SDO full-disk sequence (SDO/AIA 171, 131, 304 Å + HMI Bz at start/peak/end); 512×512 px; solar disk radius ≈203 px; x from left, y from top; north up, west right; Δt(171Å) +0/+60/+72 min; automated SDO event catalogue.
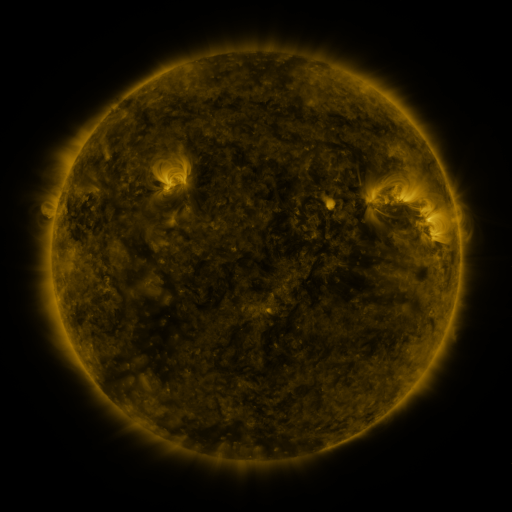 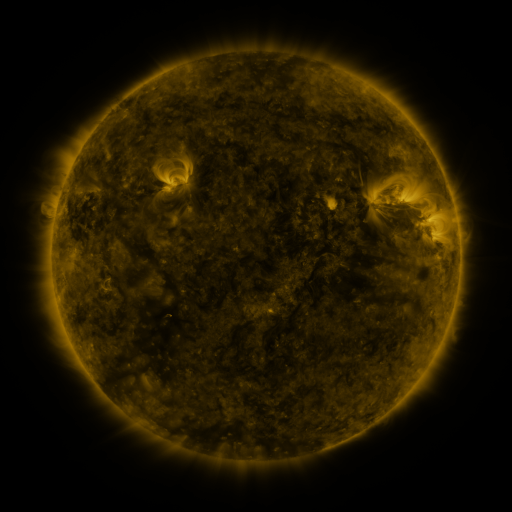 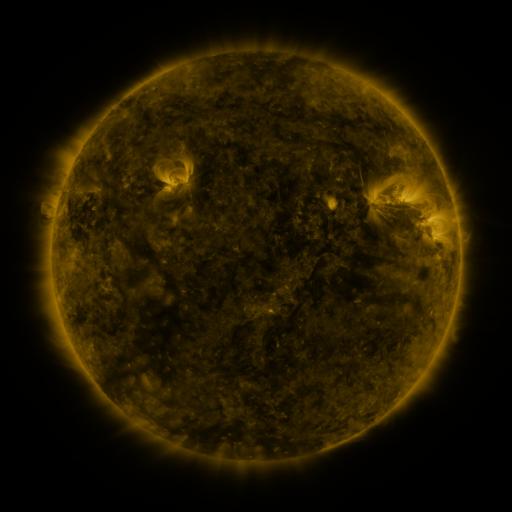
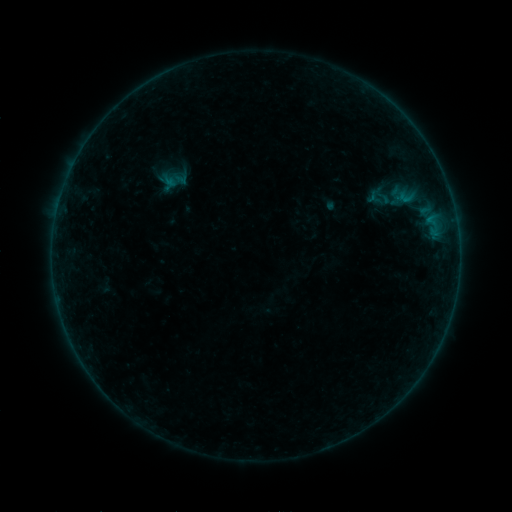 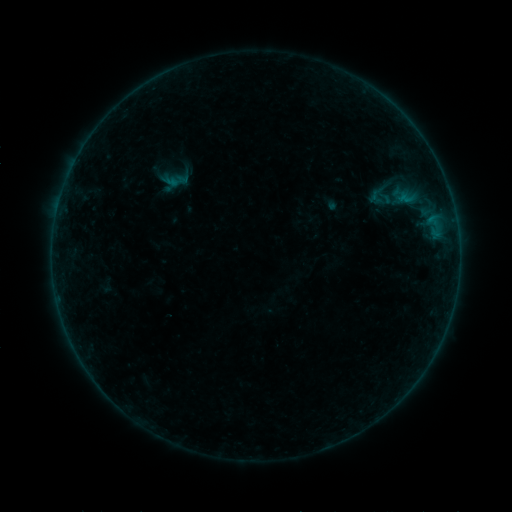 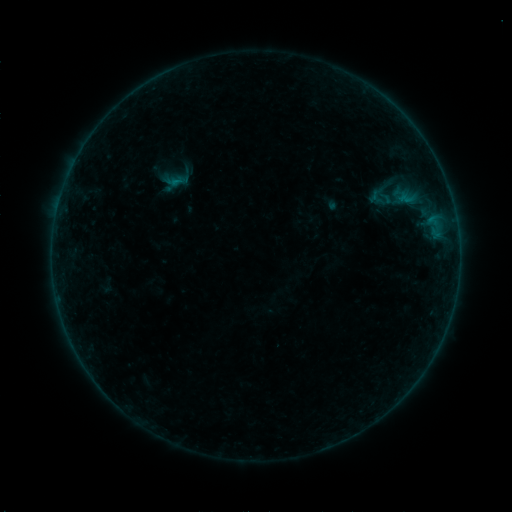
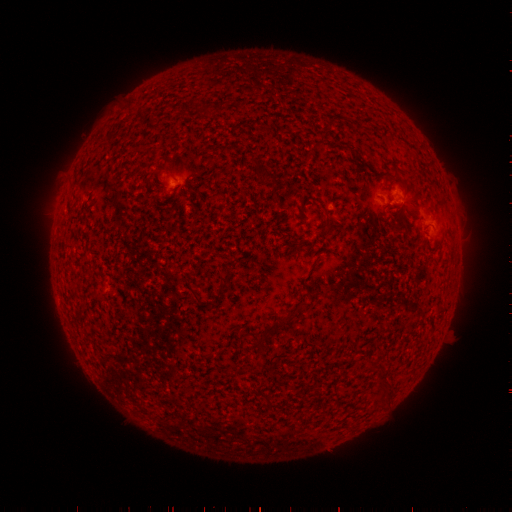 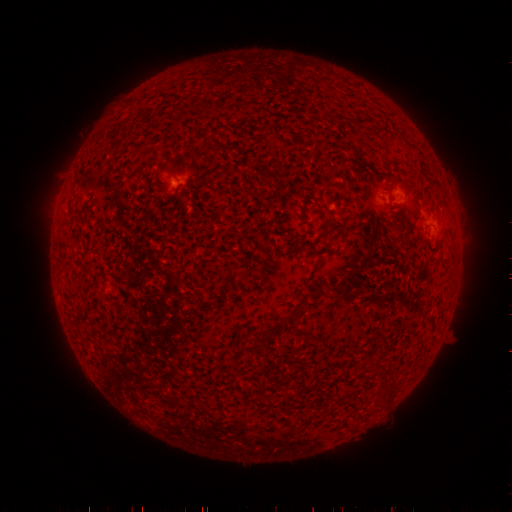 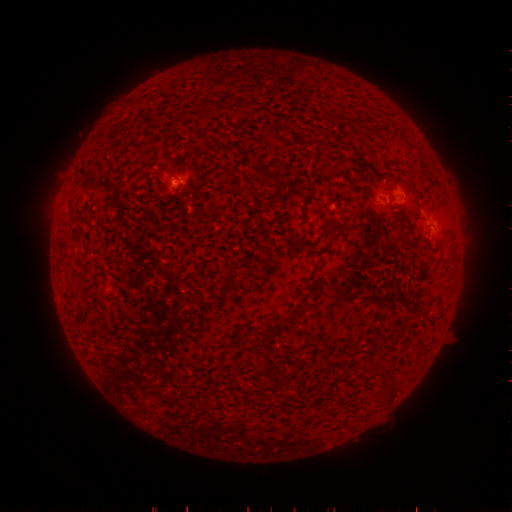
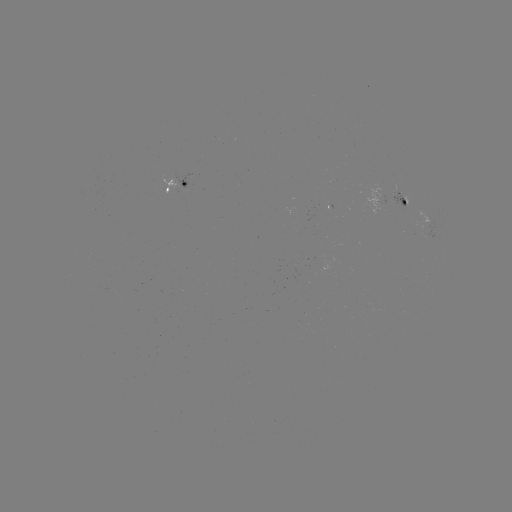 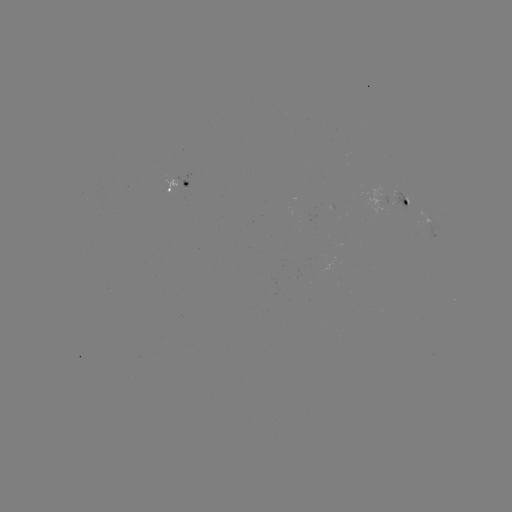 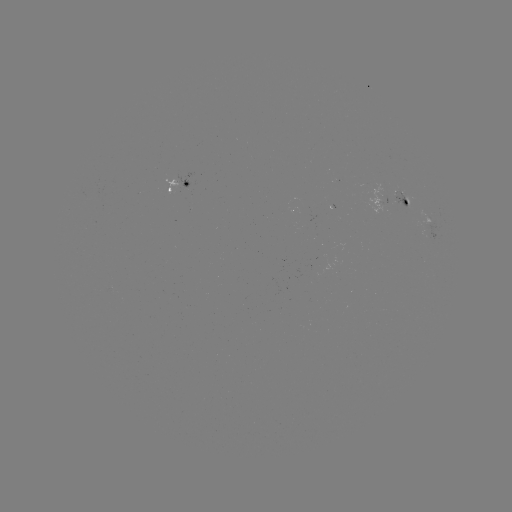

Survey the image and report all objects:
emerging-flux region: (399, 195)
